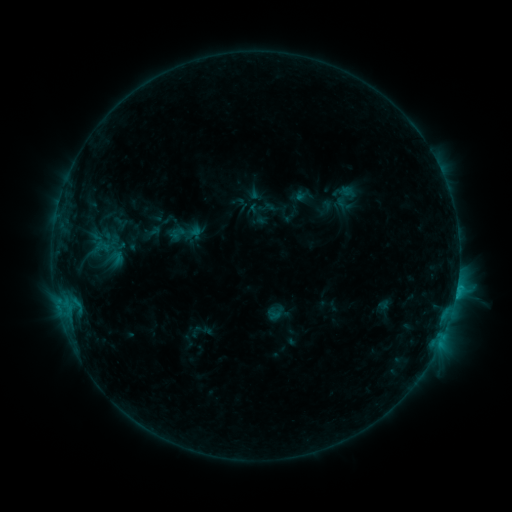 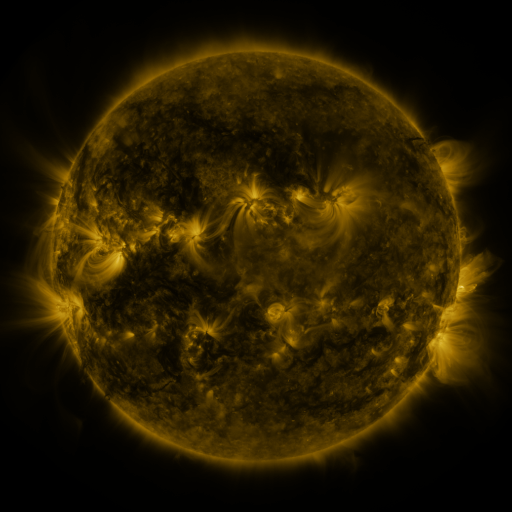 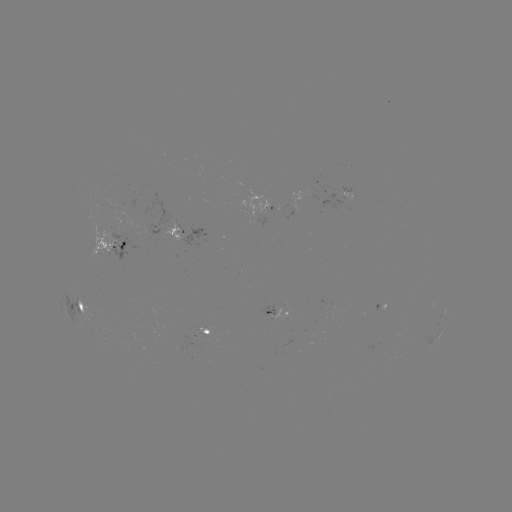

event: sigmoid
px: (184, 233)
